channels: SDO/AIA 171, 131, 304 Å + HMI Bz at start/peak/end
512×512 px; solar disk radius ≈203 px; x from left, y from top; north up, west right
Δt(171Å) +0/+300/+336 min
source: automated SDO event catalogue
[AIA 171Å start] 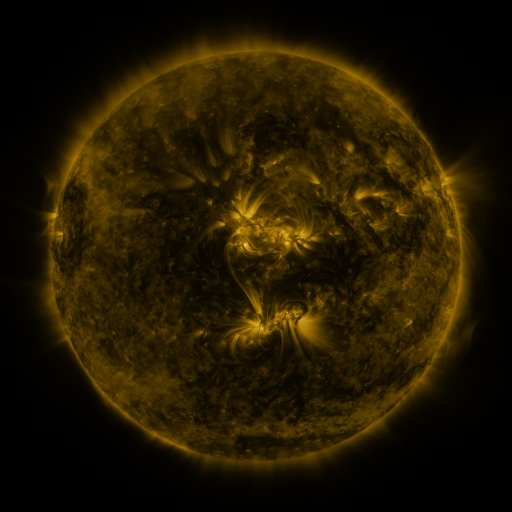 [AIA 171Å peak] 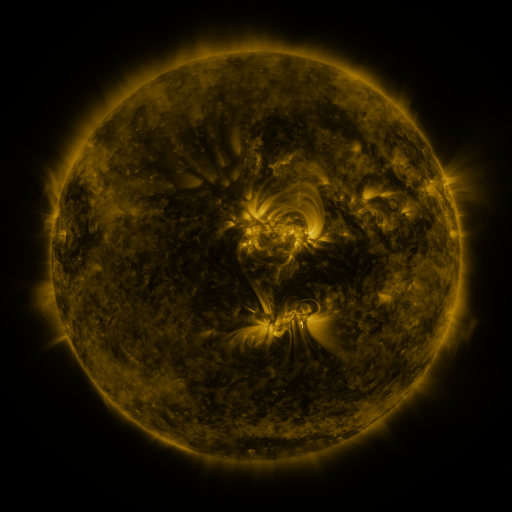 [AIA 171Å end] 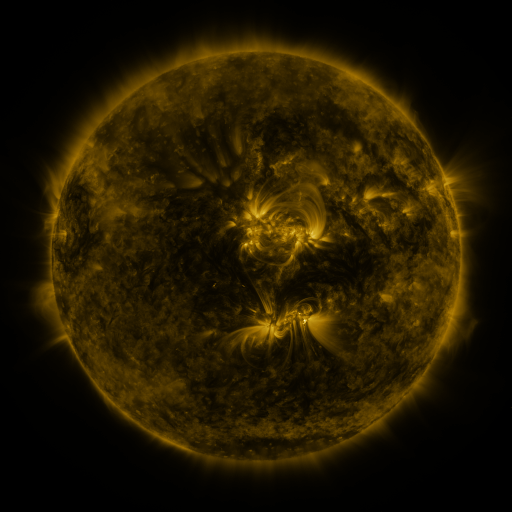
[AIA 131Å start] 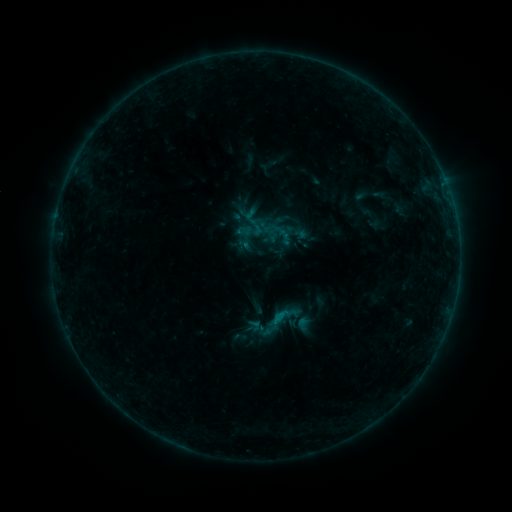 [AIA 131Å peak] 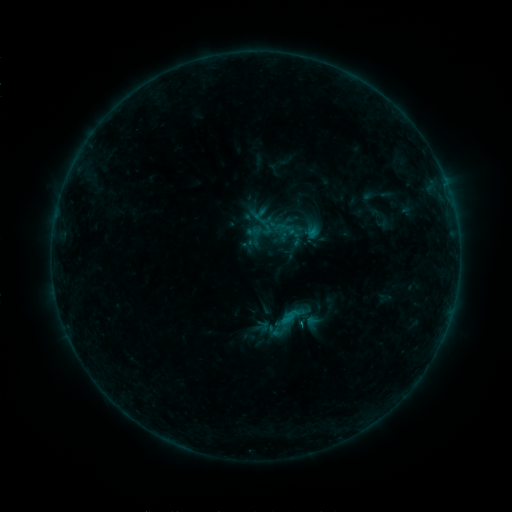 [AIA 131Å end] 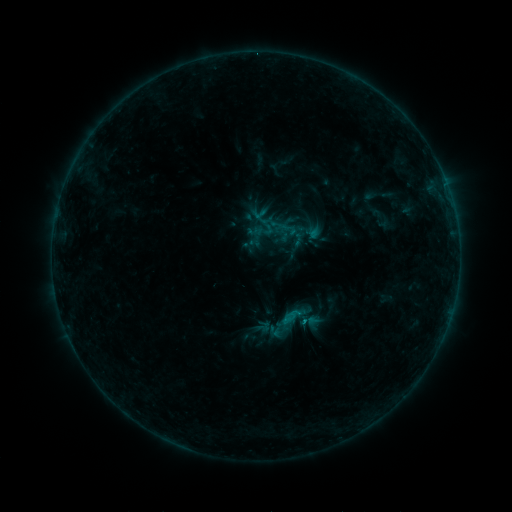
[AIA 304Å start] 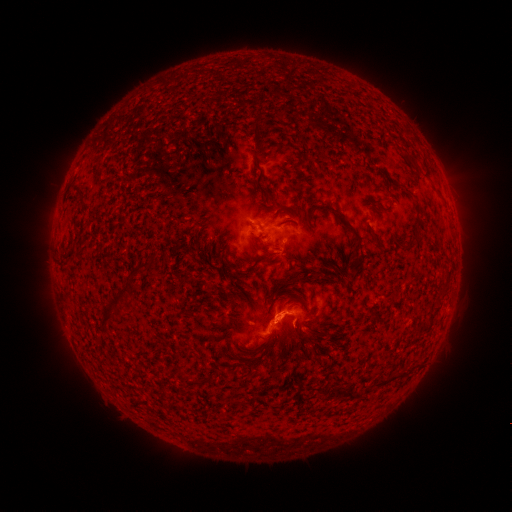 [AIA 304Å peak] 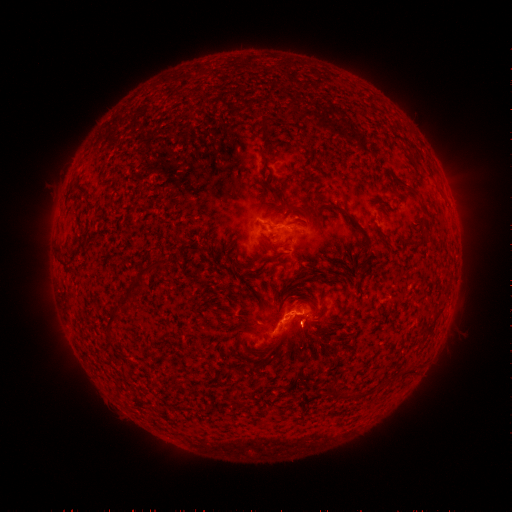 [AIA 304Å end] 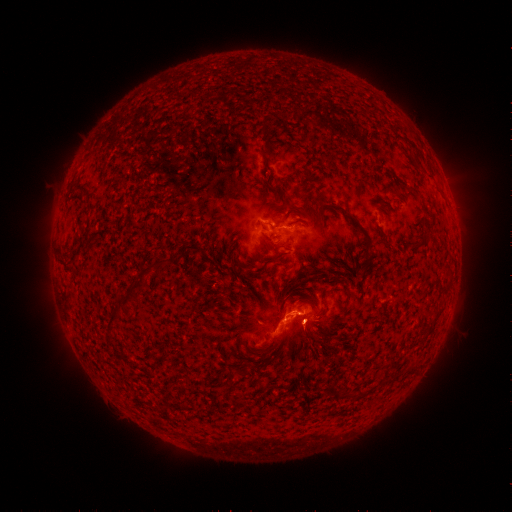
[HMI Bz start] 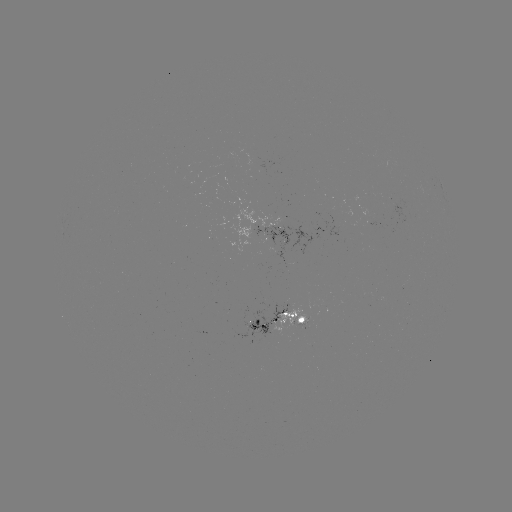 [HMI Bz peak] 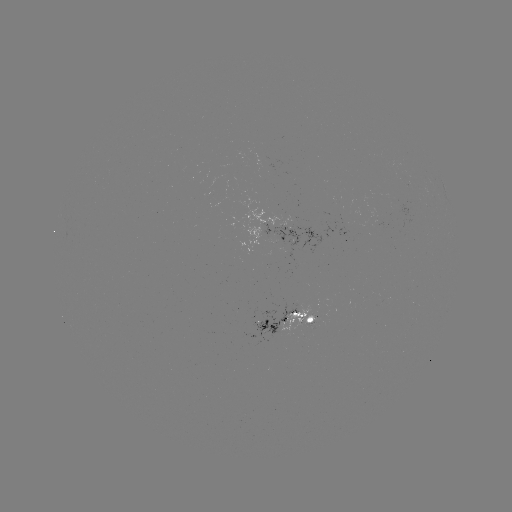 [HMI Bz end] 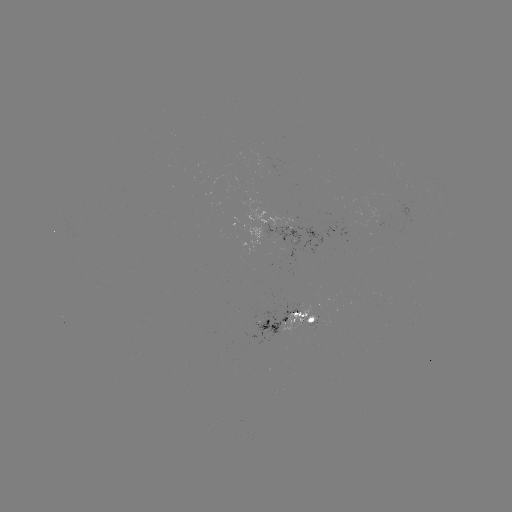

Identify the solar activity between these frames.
emerging-flux region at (307, 324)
